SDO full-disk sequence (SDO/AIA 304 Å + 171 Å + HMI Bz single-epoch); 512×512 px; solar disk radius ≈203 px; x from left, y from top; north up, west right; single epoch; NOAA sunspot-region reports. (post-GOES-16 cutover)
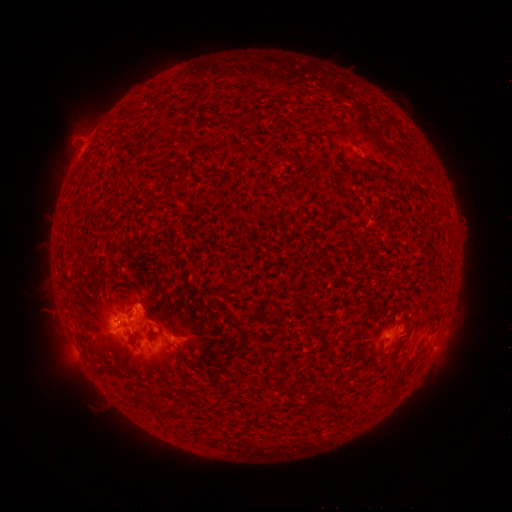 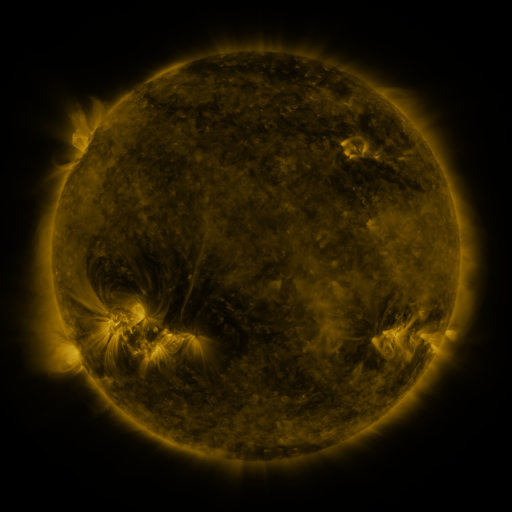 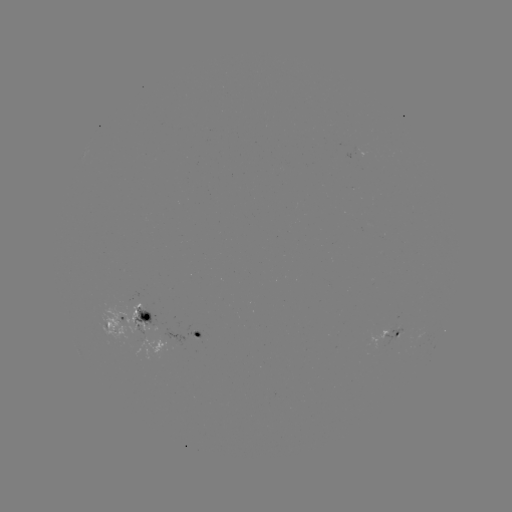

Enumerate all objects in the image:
spotted active region: (128, 319)
spotted active region: (197, 333)
spotted active region: (394, 335)
